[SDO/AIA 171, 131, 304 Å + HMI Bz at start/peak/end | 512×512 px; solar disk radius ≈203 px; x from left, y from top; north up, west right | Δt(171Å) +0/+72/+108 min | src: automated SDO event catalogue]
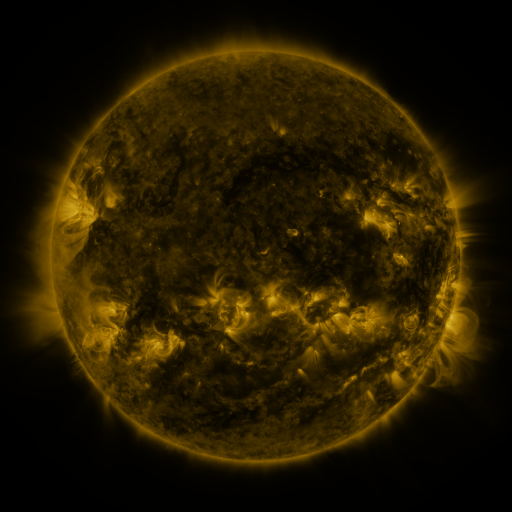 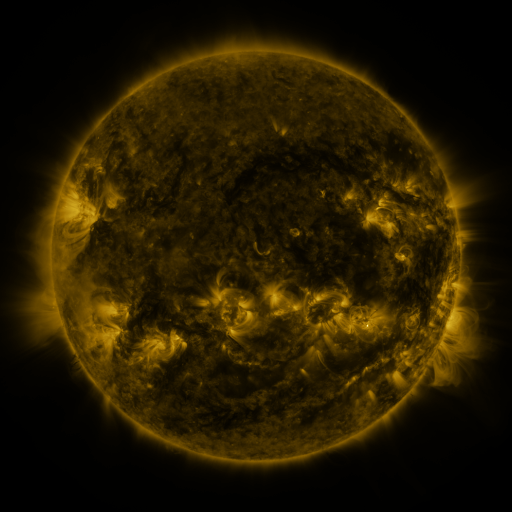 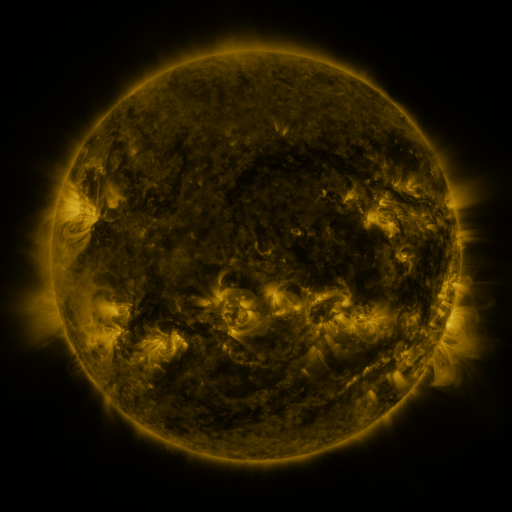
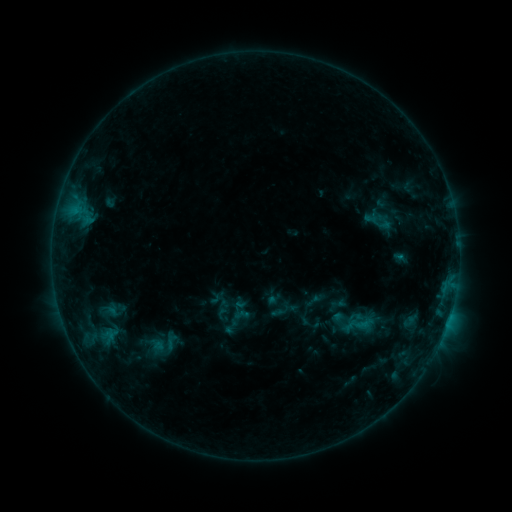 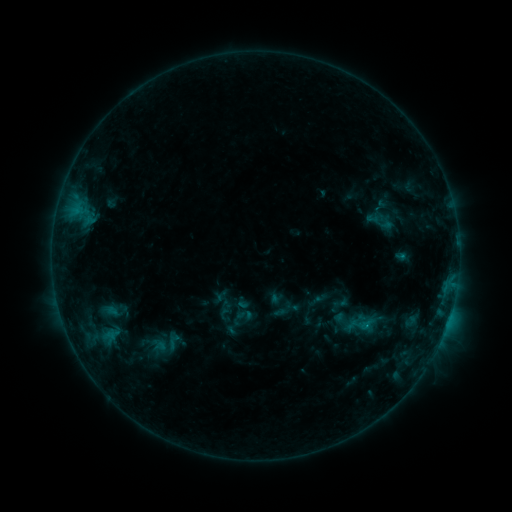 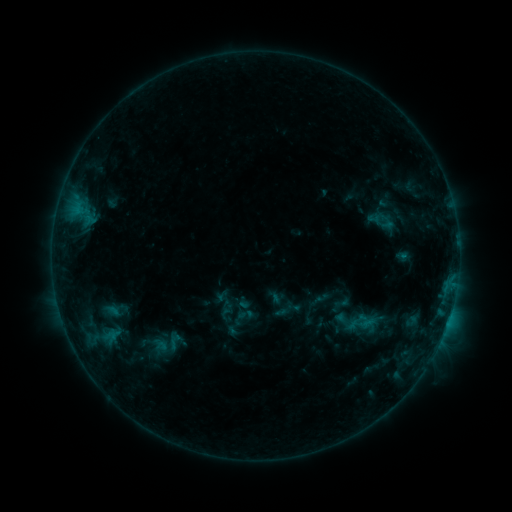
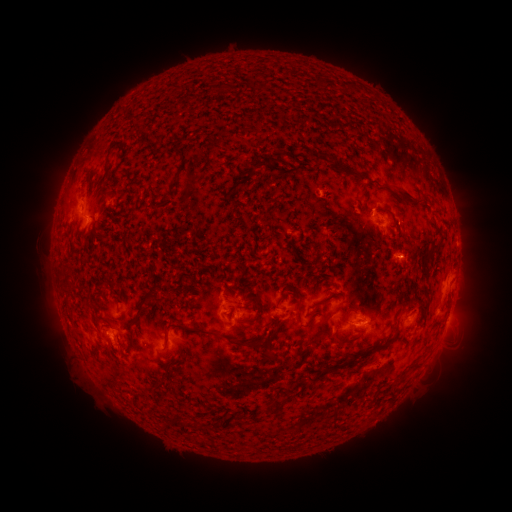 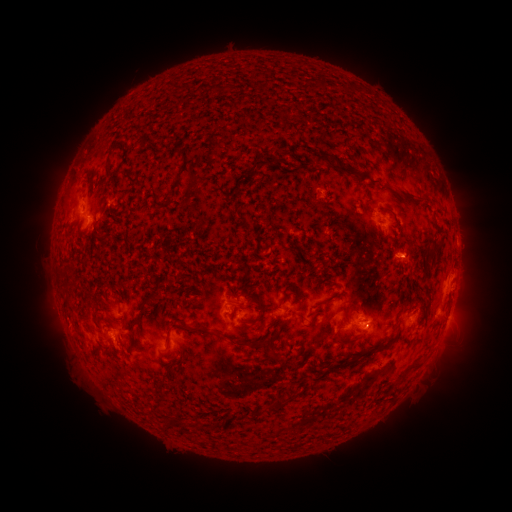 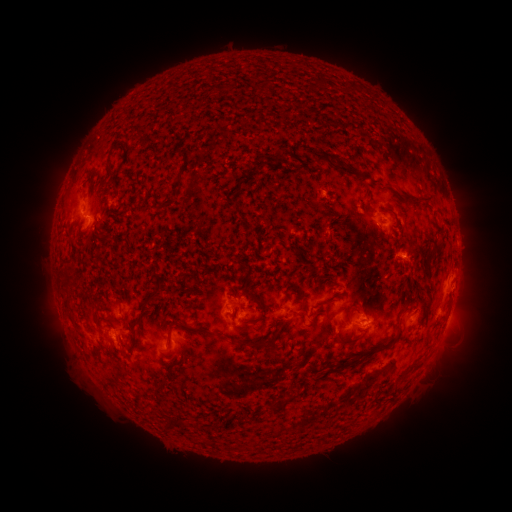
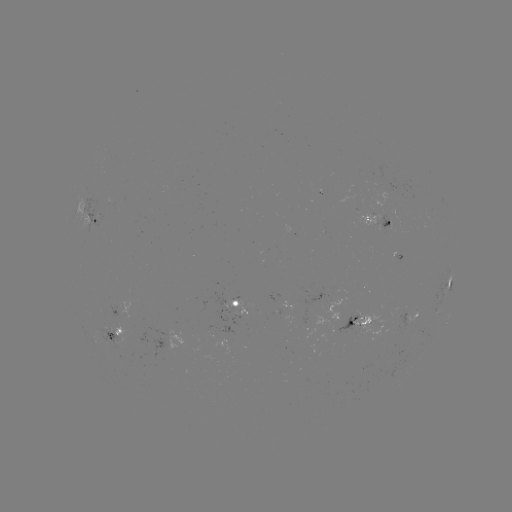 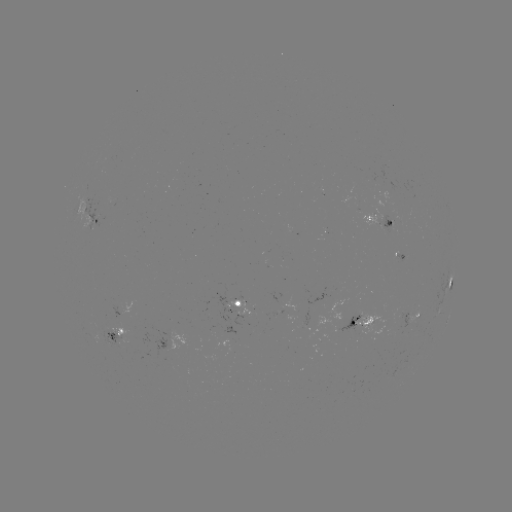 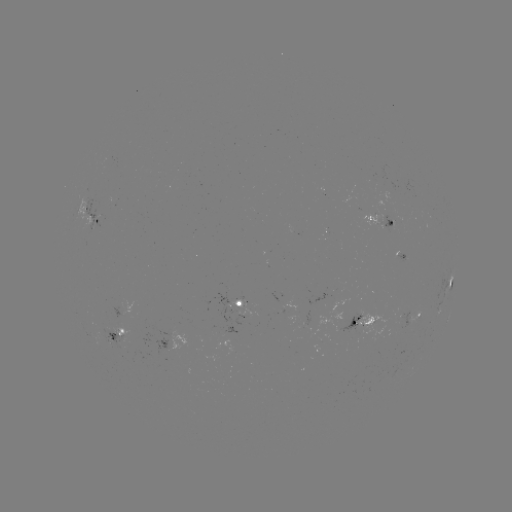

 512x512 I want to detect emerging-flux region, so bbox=[218, 299, 251, 323].